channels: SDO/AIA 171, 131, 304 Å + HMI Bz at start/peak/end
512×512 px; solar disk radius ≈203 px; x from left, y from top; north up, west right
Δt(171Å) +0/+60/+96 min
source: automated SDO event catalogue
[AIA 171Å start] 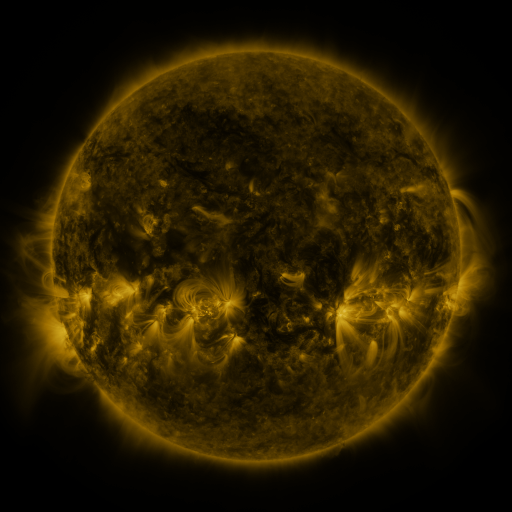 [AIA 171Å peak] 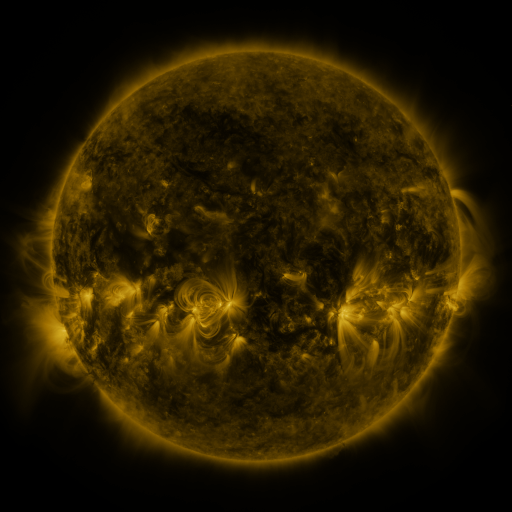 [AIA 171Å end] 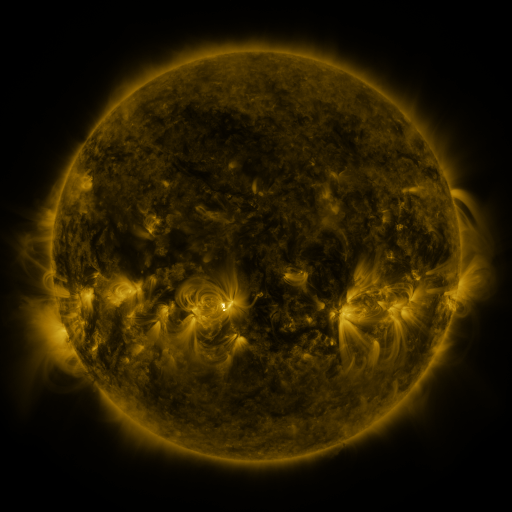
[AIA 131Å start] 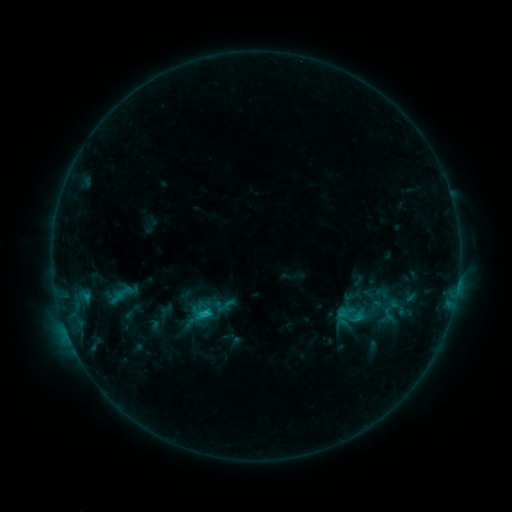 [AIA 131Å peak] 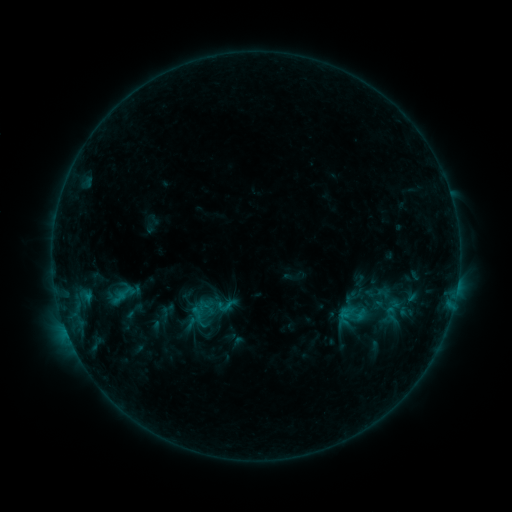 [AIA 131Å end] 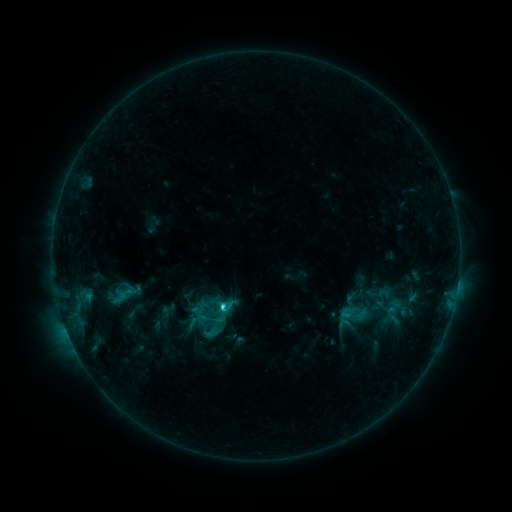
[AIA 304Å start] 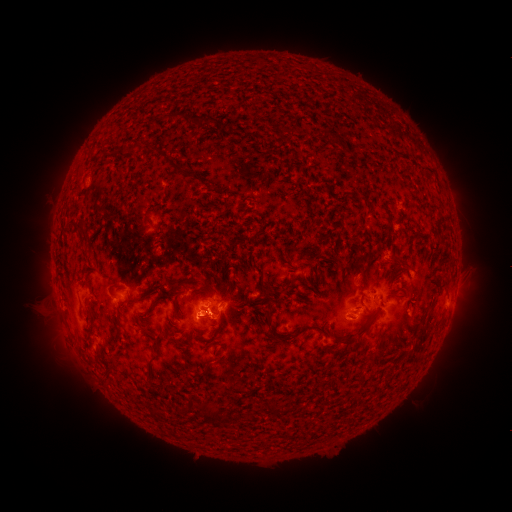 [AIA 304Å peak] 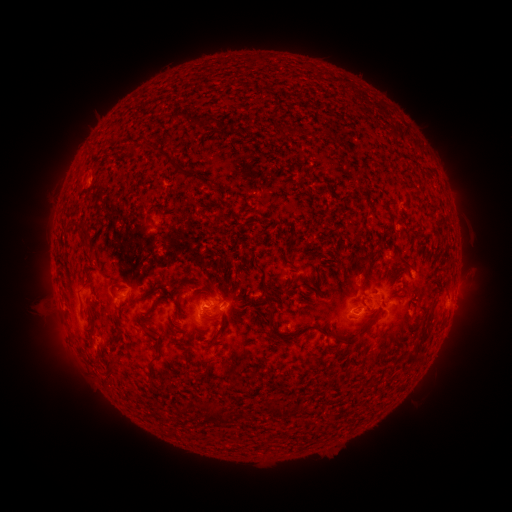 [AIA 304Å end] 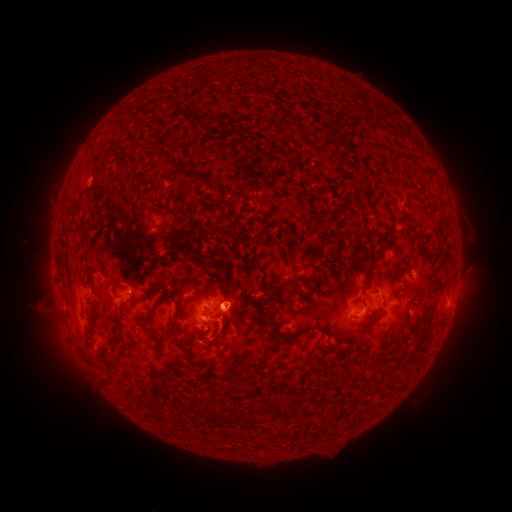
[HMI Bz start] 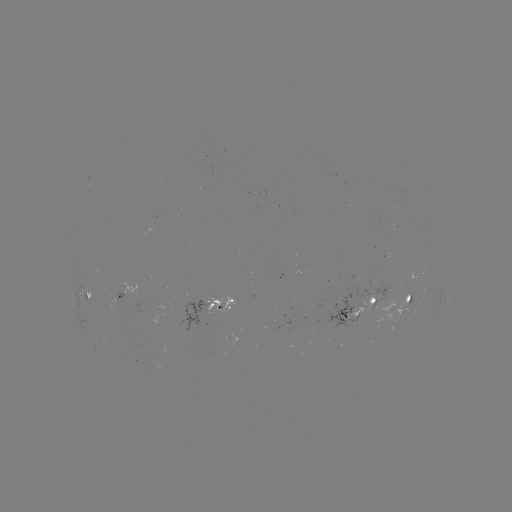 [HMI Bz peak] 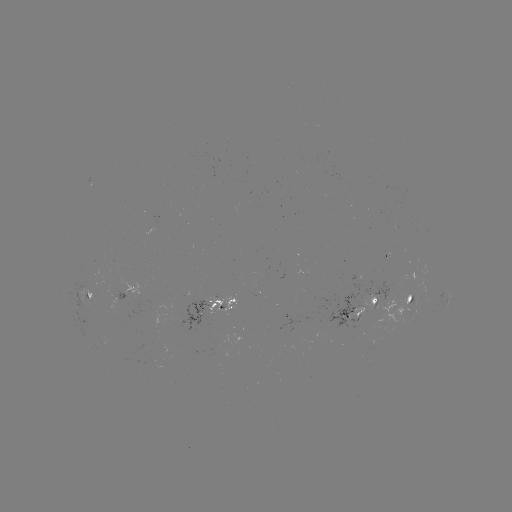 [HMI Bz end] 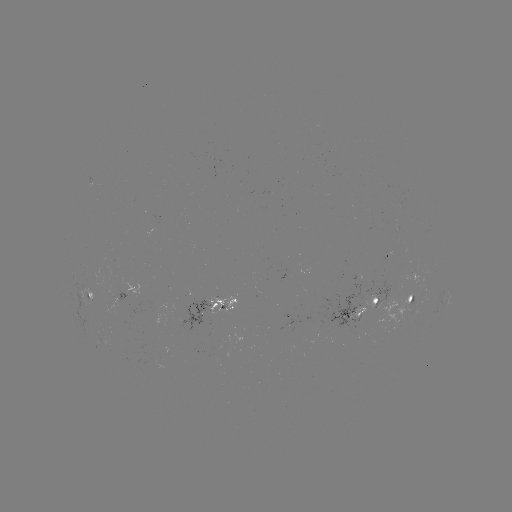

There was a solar emerging-flux region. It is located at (347, 315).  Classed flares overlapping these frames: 1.